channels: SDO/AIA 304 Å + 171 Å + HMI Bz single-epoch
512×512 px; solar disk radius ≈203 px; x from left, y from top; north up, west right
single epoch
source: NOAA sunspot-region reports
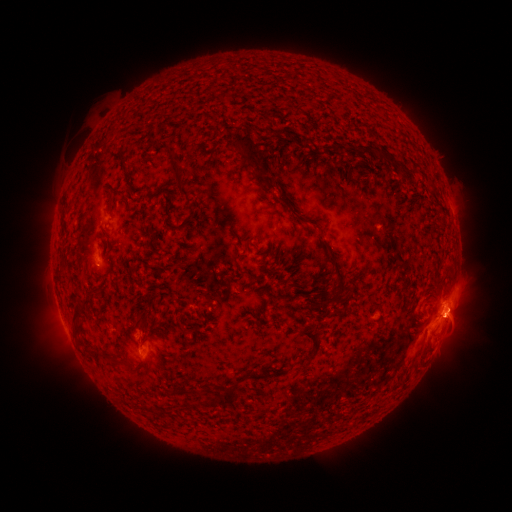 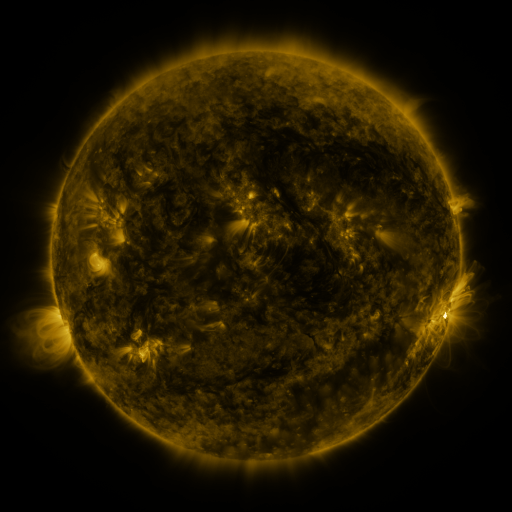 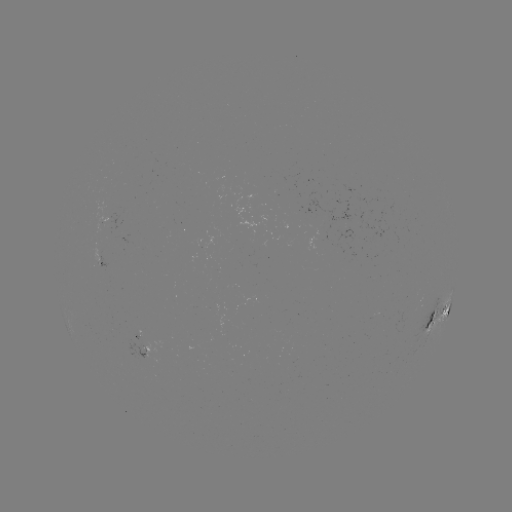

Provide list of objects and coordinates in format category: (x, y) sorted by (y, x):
spotted active region: (439, 316)
spotted active region: (148, 354)
